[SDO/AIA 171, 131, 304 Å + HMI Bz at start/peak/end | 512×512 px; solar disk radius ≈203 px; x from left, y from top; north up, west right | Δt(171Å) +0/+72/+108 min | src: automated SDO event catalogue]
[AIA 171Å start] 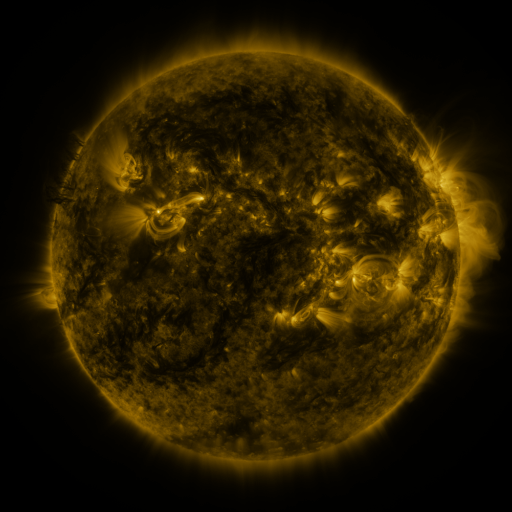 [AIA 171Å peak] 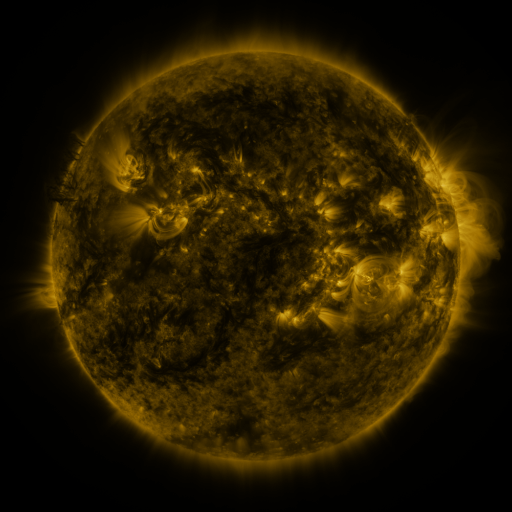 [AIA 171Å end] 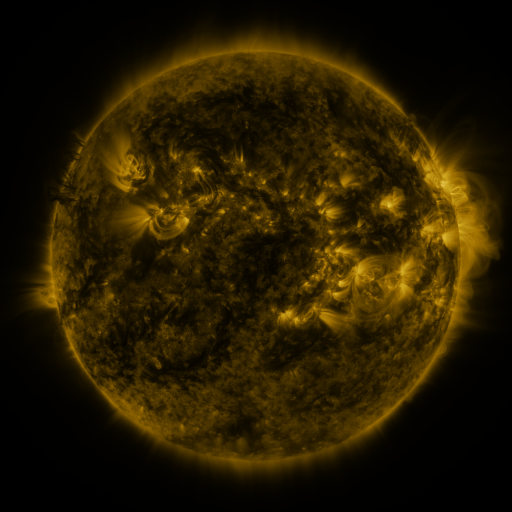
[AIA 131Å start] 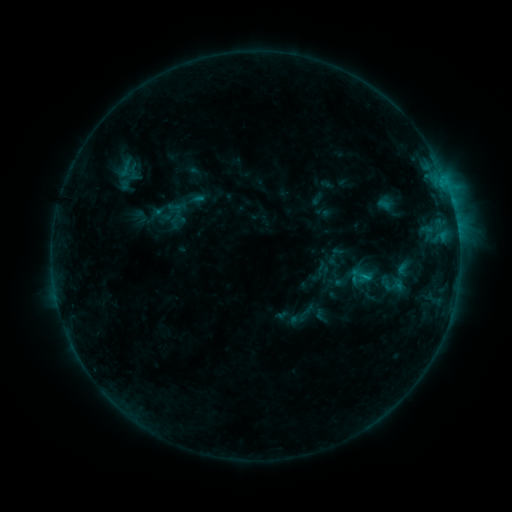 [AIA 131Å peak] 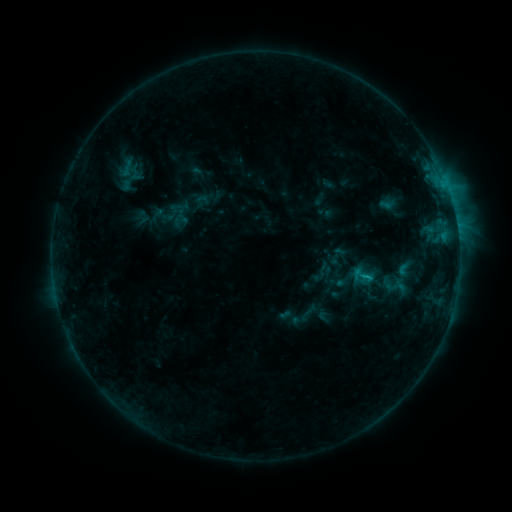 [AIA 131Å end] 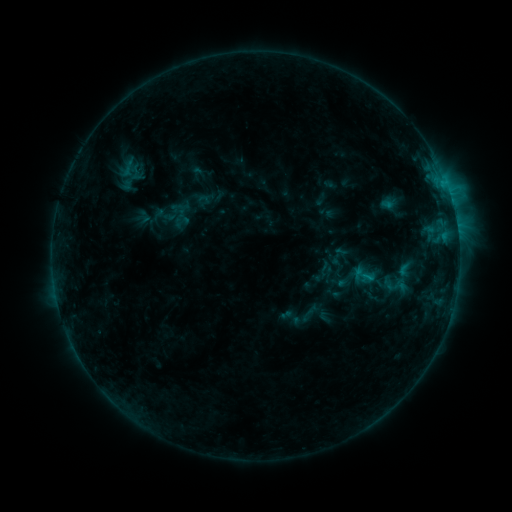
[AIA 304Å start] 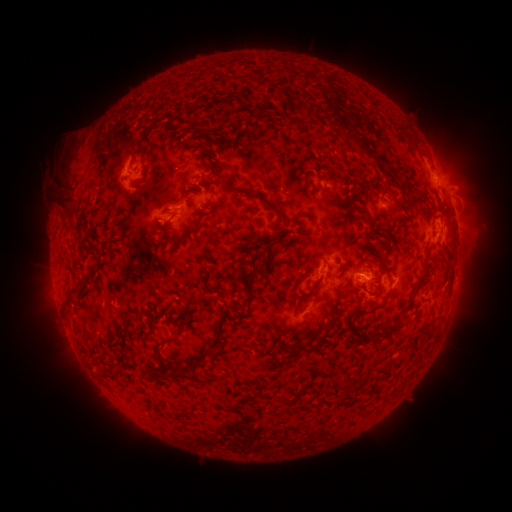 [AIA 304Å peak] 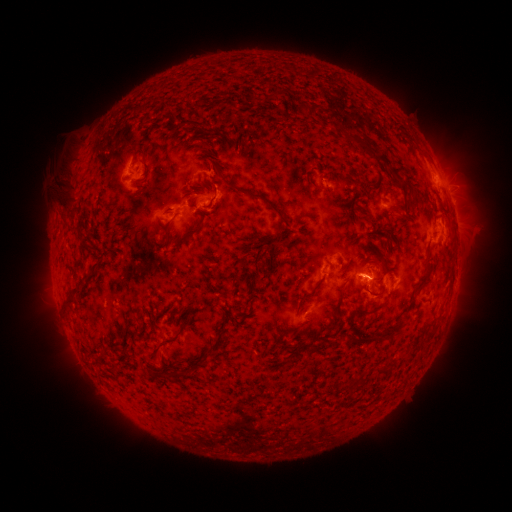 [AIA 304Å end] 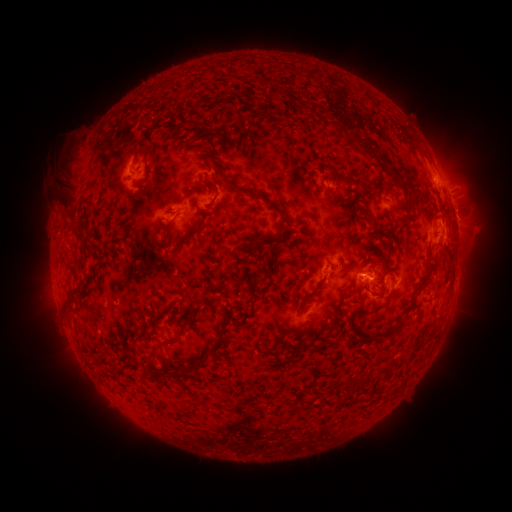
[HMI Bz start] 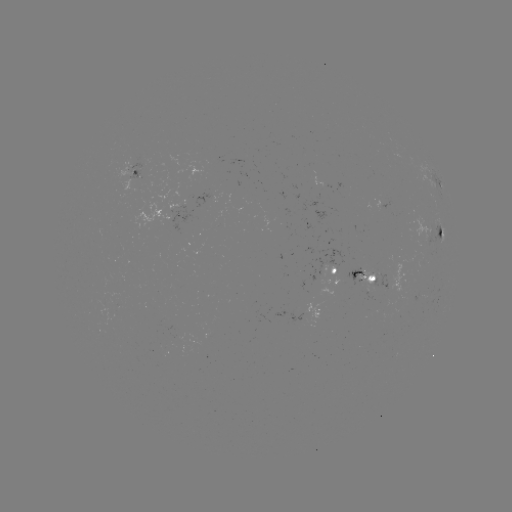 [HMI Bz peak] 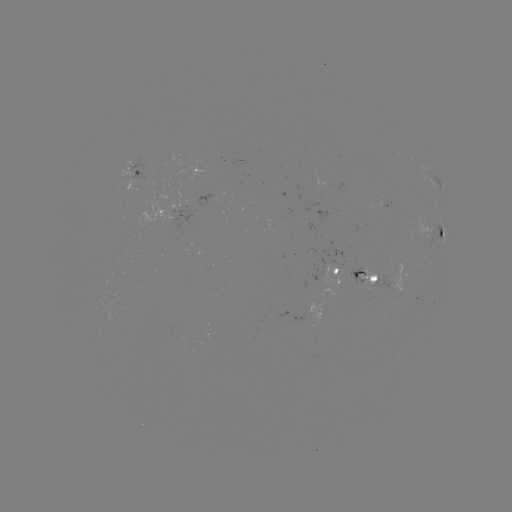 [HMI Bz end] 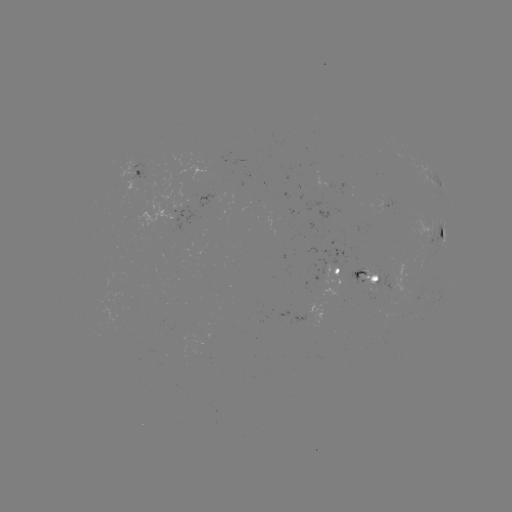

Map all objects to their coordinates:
emerging-flux region: (139, 171)
